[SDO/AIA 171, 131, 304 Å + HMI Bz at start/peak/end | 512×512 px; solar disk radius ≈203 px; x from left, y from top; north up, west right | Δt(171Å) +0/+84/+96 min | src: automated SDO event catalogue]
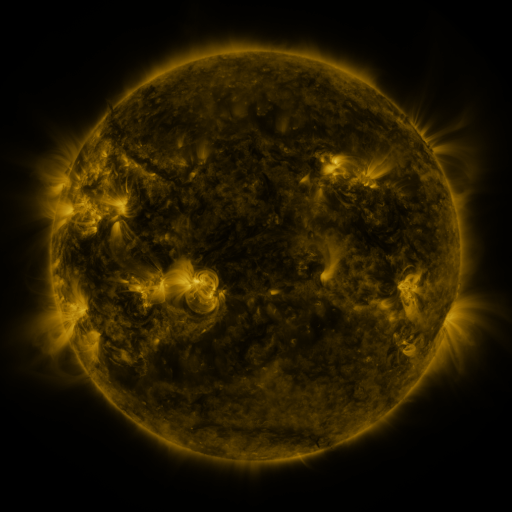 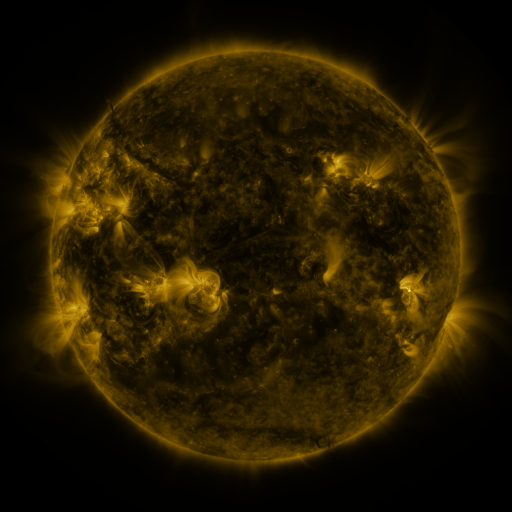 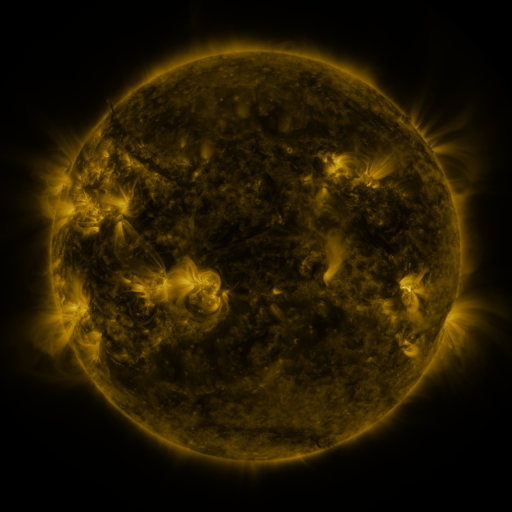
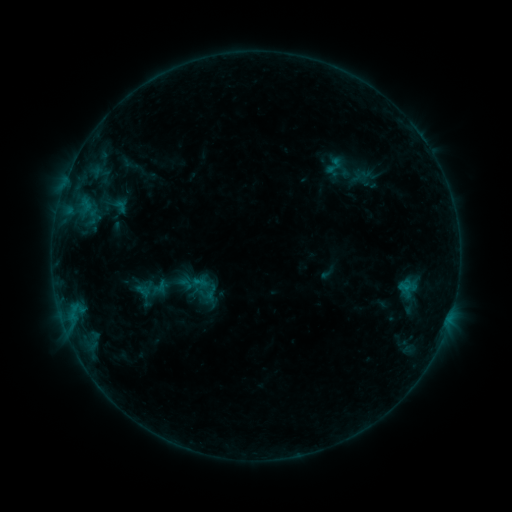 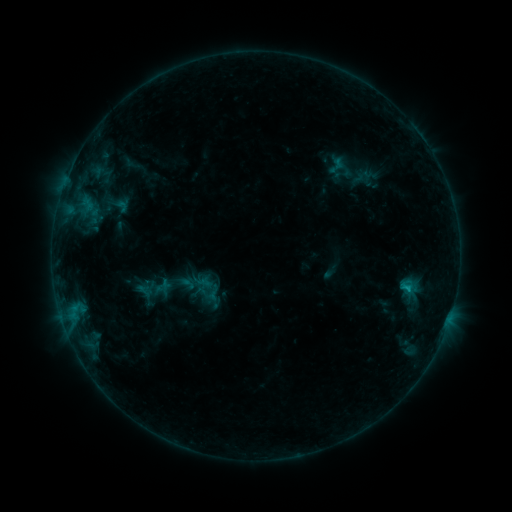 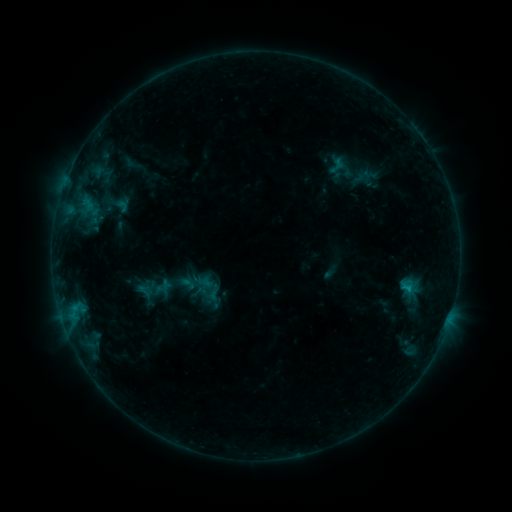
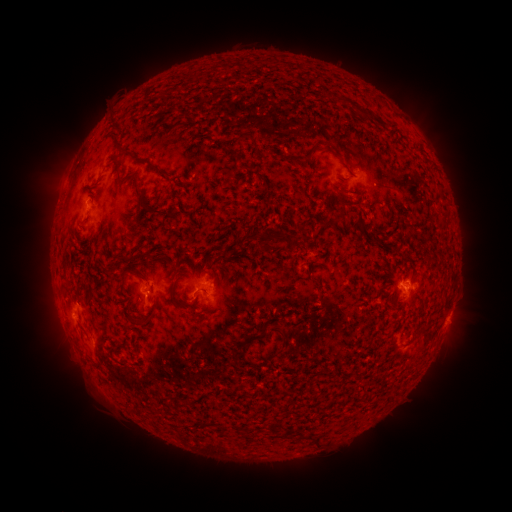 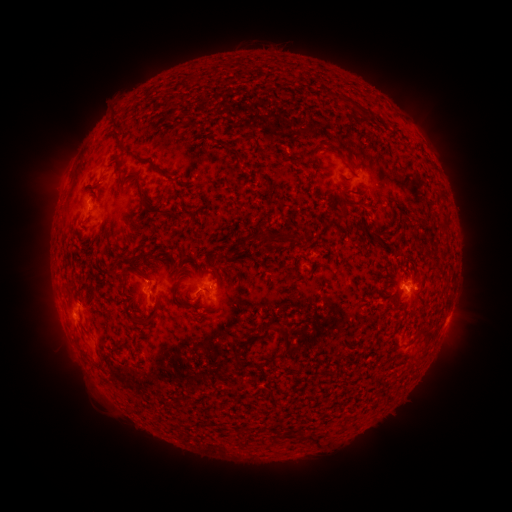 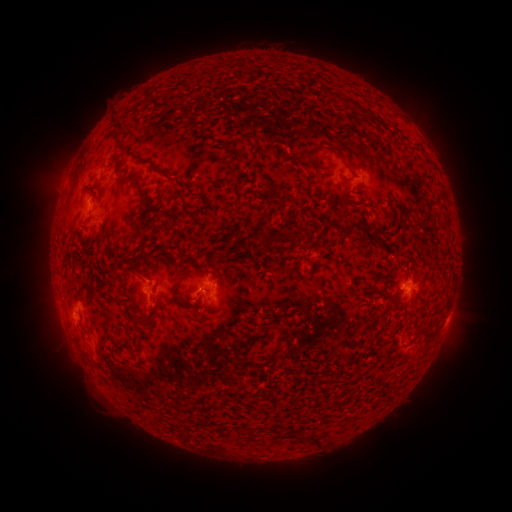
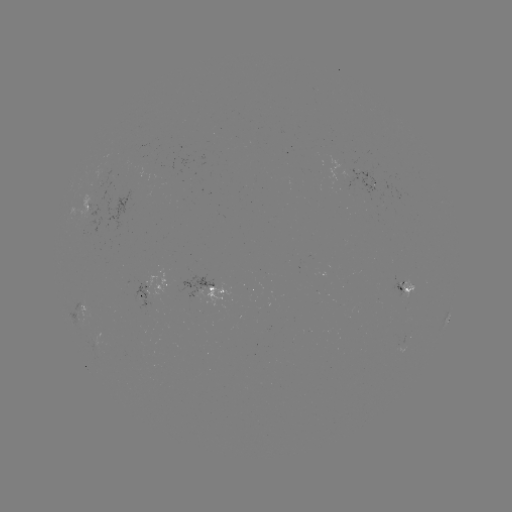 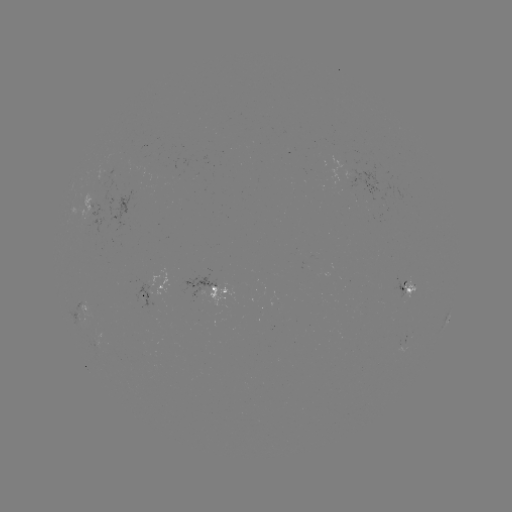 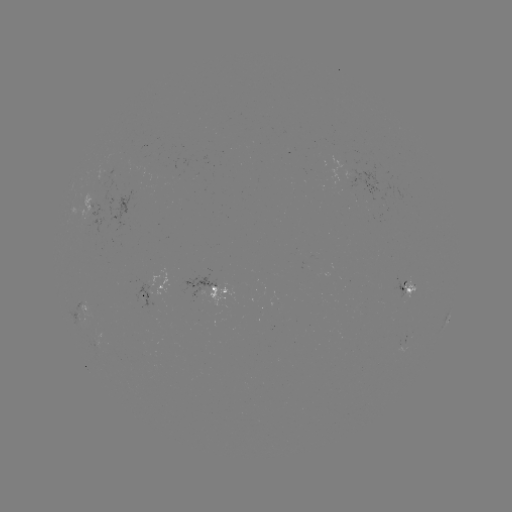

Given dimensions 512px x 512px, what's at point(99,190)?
emerging-flux region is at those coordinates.